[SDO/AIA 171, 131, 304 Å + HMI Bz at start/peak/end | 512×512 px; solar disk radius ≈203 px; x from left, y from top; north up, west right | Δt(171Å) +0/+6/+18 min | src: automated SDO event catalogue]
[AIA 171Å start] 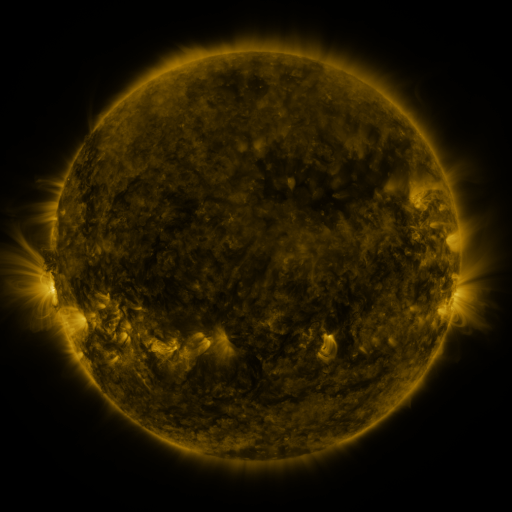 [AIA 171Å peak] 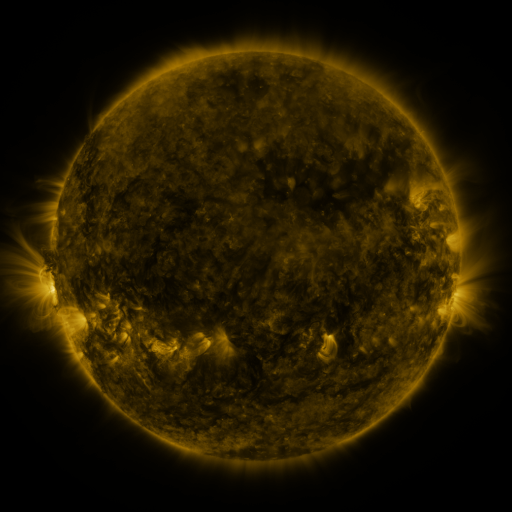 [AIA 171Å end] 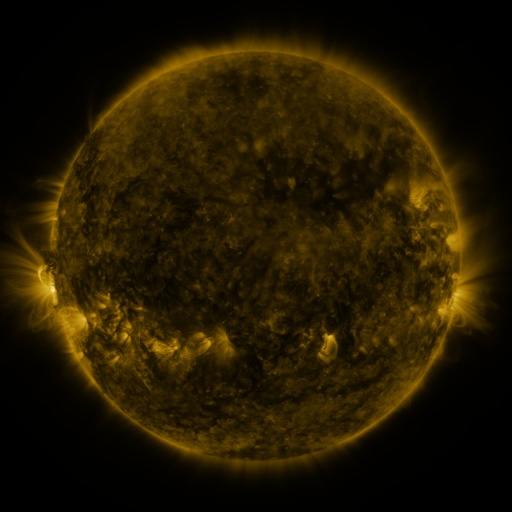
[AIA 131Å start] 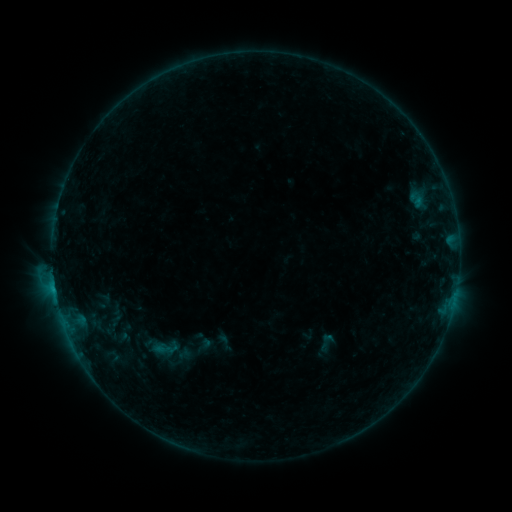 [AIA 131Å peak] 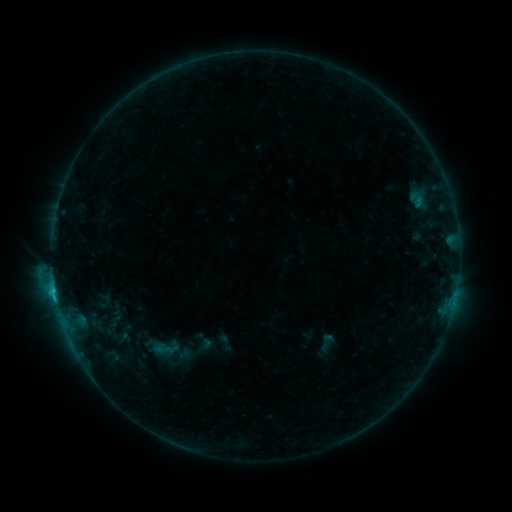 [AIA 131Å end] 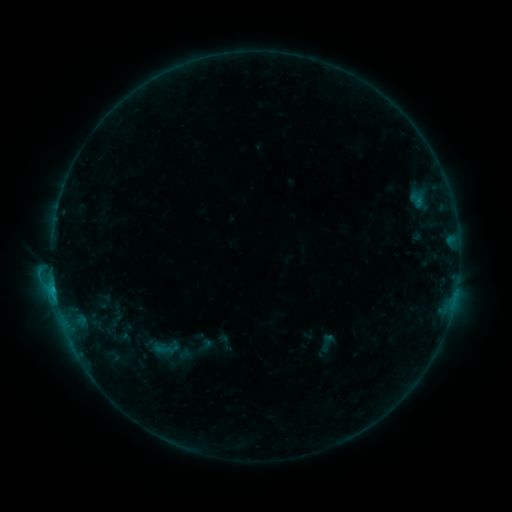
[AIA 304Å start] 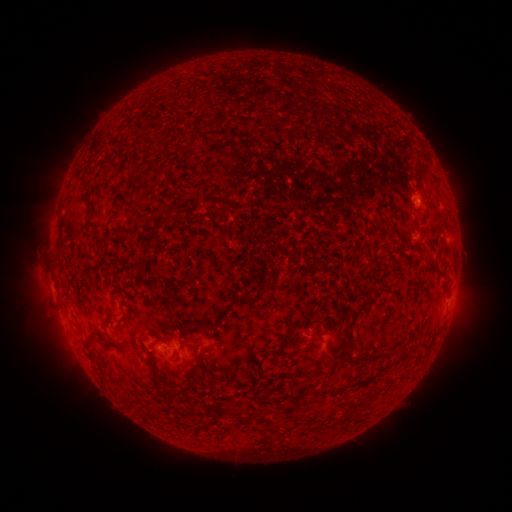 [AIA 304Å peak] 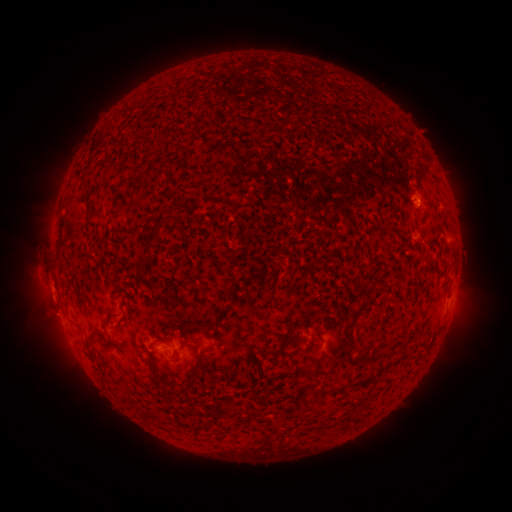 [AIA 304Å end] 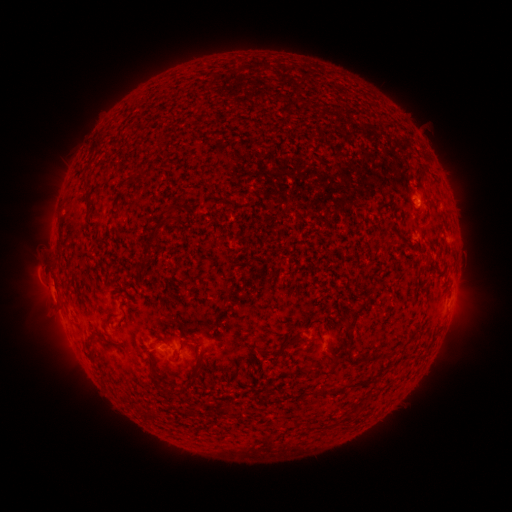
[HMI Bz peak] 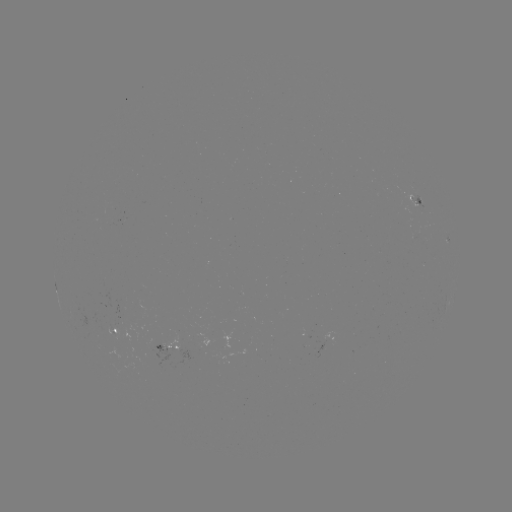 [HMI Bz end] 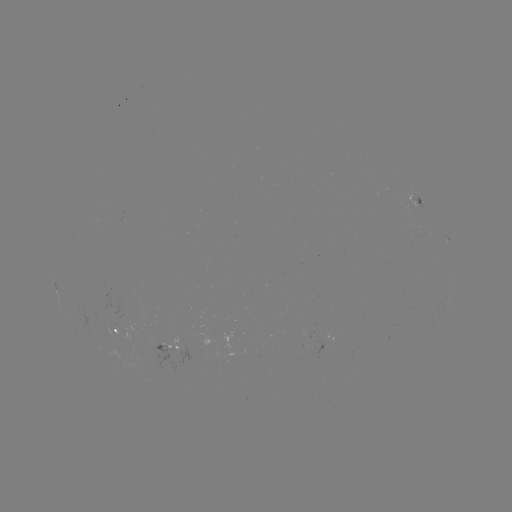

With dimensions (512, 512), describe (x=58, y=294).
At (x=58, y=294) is C1.2 flare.